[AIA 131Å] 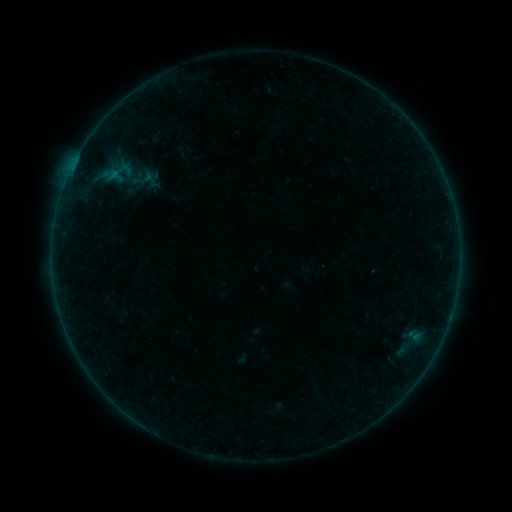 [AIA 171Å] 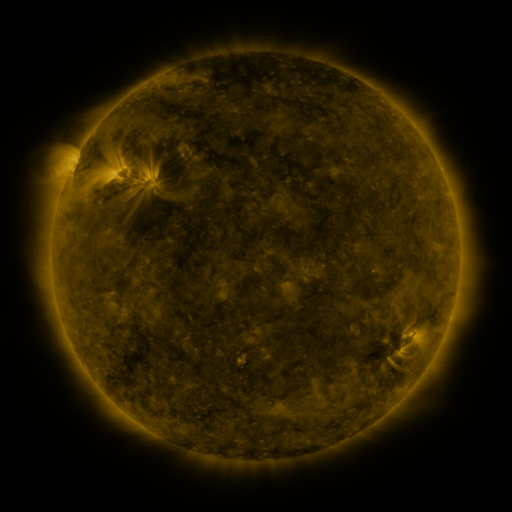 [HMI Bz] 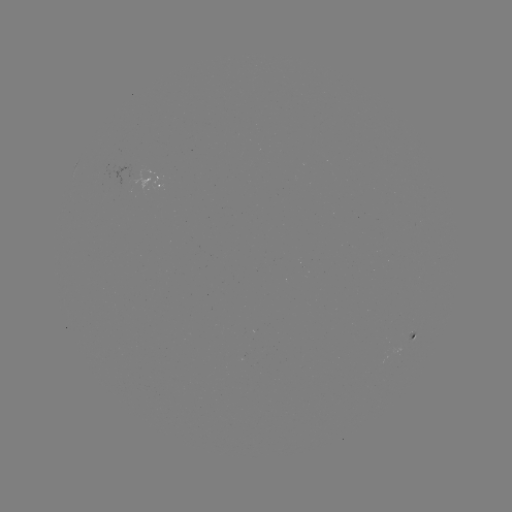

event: sigmoid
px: (118, 172)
